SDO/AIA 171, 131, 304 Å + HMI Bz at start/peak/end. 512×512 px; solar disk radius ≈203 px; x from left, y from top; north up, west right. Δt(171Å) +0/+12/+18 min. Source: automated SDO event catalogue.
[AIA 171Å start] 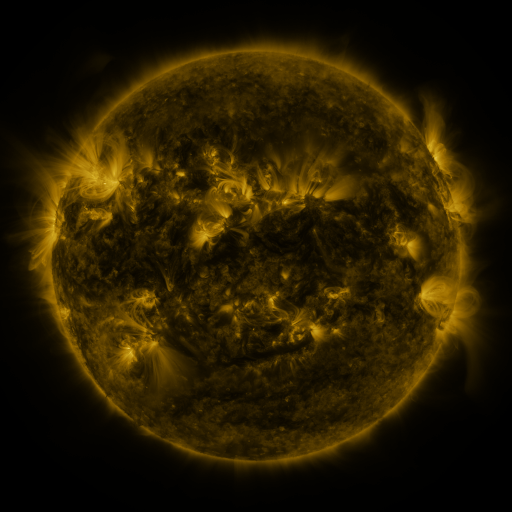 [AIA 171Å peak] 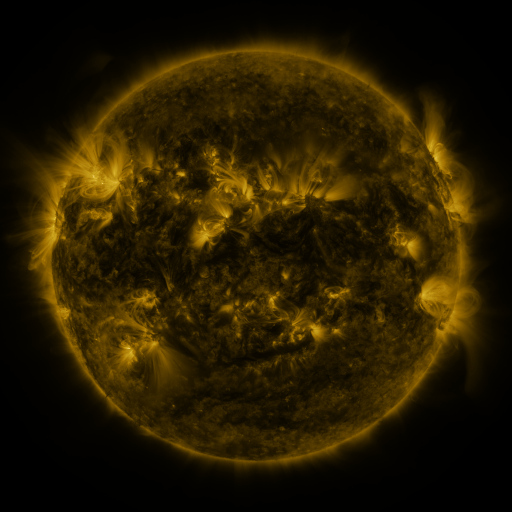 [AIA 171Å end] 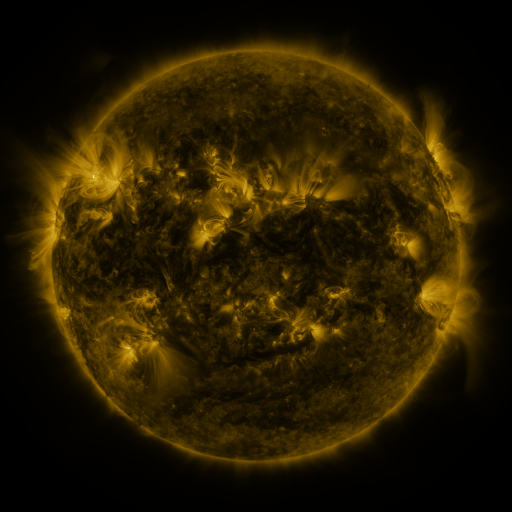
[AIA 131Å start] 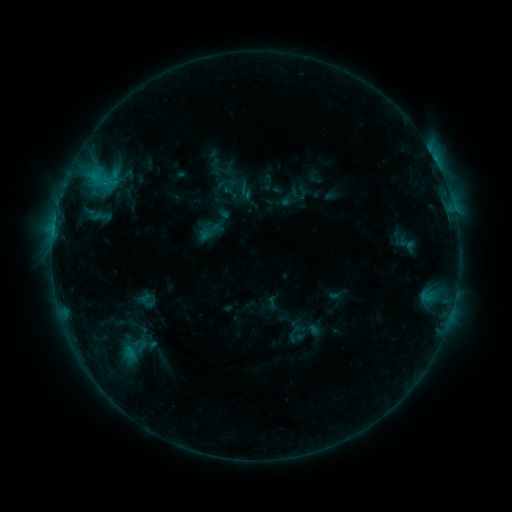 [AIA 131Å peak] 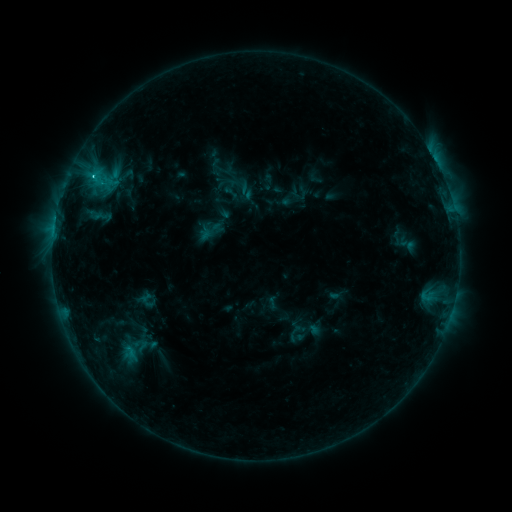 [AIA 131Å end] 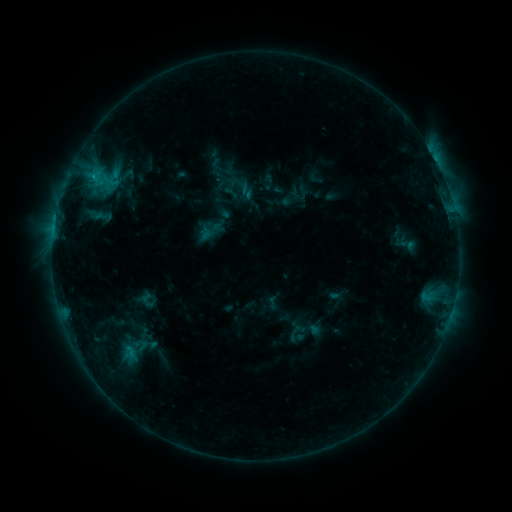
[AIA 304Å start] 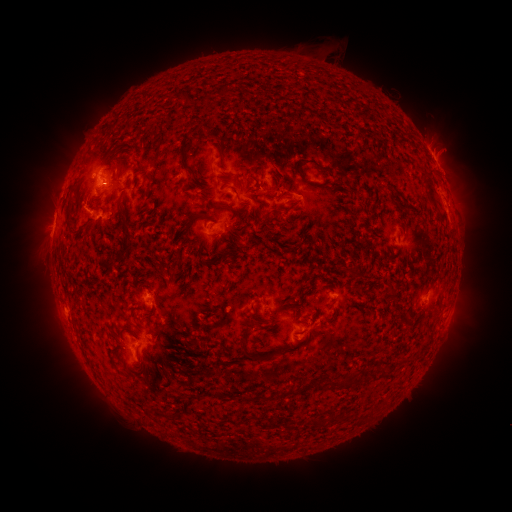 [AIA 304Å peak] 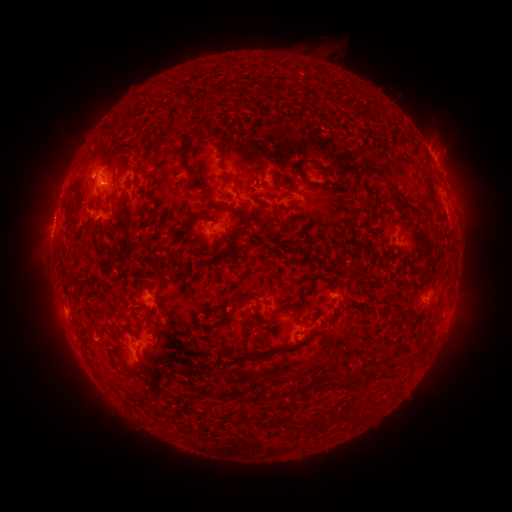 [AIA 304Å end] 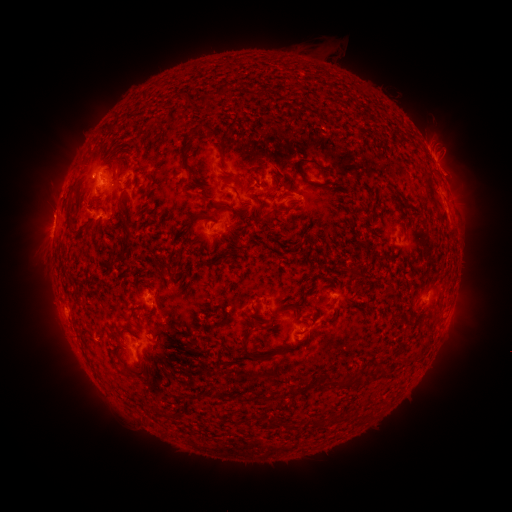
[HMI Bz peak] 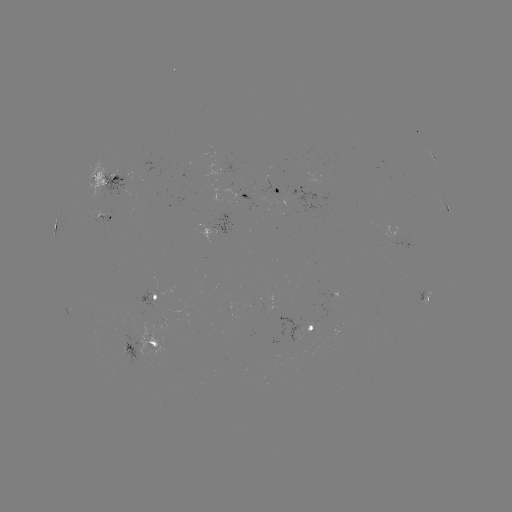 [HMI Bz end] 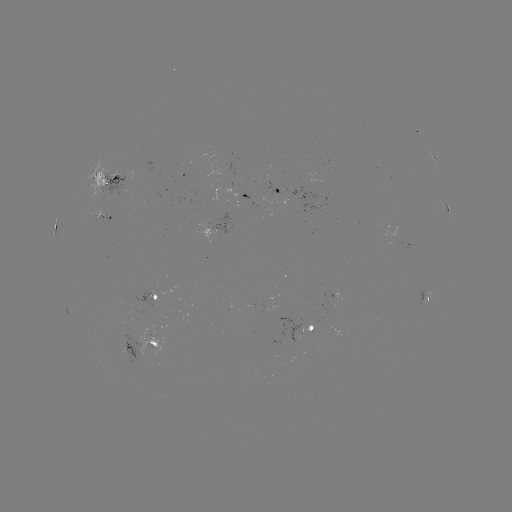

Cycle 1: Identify C1.5 flare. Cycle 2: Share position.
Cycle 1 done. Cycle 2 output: (94, 176).